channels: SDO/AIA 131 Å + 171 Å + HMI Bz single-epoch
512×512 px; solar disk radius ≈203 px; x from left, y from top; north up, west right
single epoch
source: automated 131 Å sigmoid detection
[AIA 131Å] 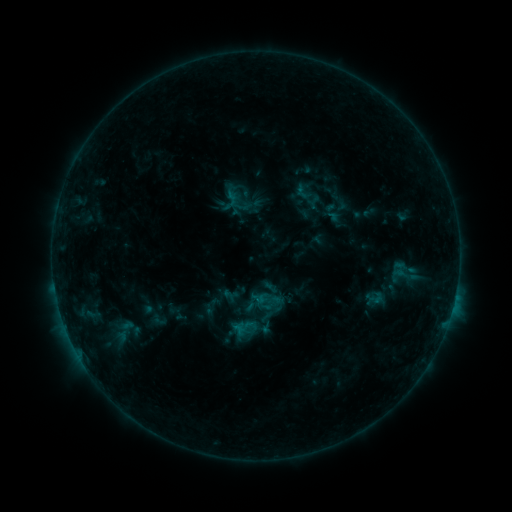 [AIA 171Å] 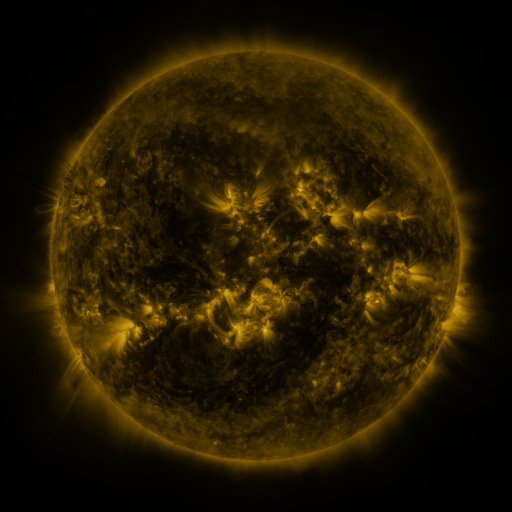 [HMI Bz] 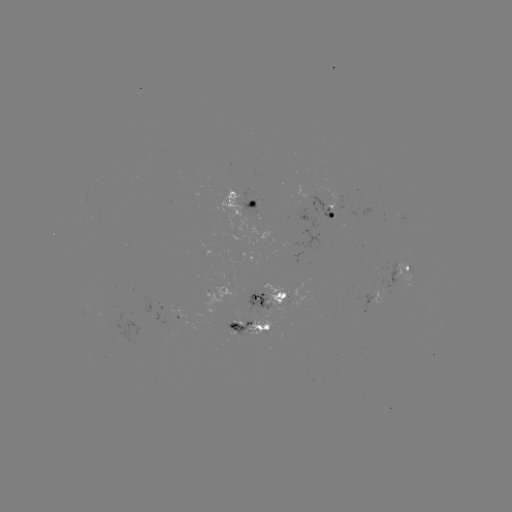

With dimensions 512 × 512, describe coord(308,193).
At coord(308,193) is sigmoid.